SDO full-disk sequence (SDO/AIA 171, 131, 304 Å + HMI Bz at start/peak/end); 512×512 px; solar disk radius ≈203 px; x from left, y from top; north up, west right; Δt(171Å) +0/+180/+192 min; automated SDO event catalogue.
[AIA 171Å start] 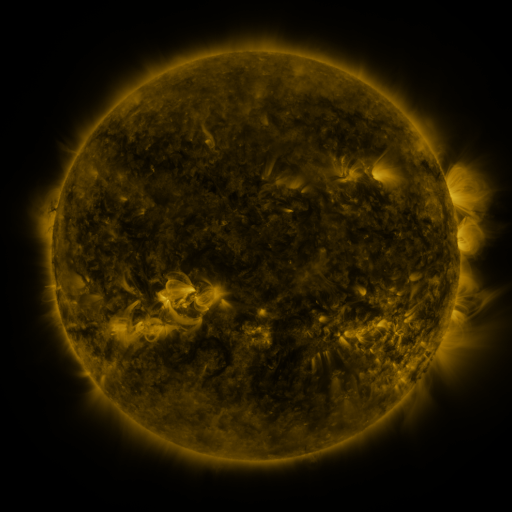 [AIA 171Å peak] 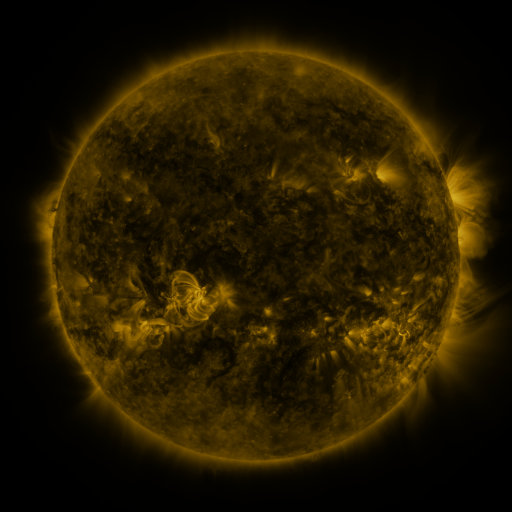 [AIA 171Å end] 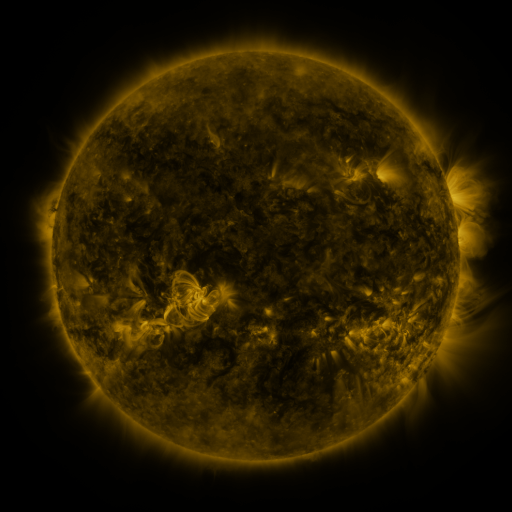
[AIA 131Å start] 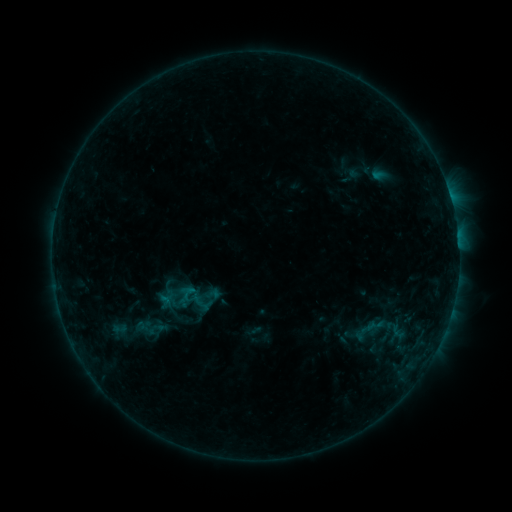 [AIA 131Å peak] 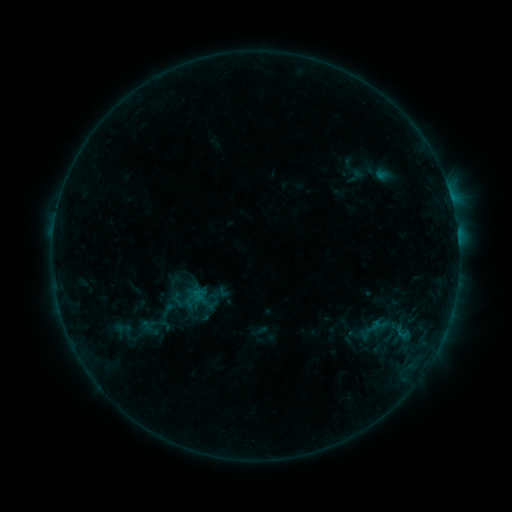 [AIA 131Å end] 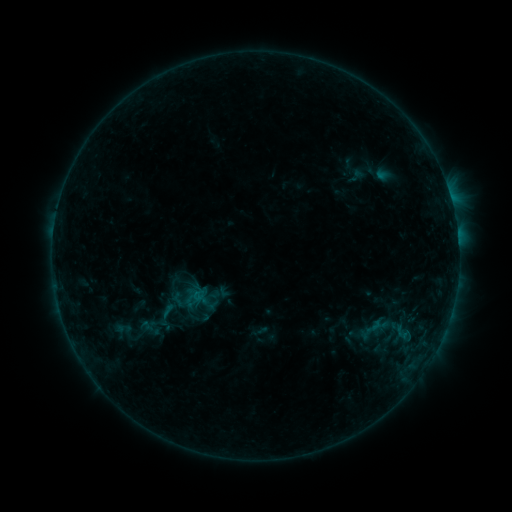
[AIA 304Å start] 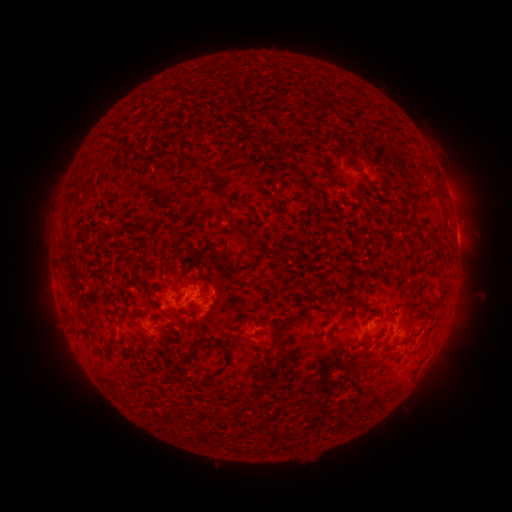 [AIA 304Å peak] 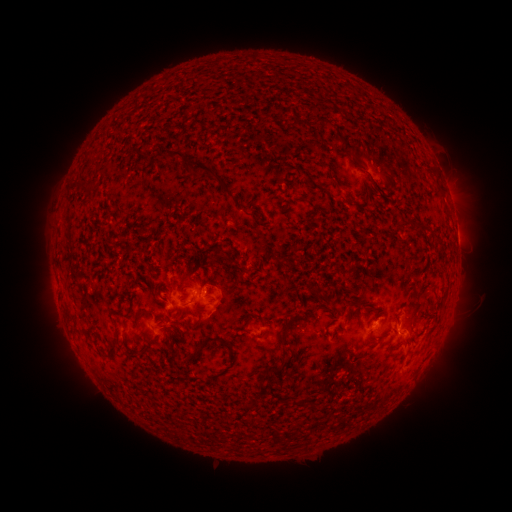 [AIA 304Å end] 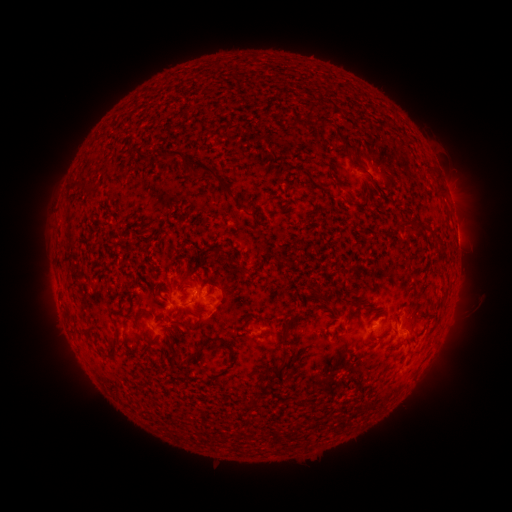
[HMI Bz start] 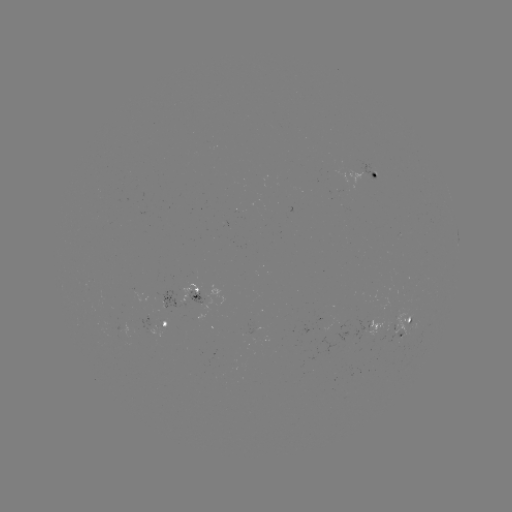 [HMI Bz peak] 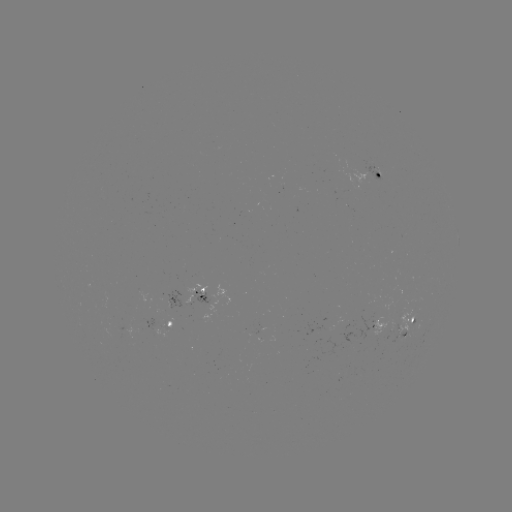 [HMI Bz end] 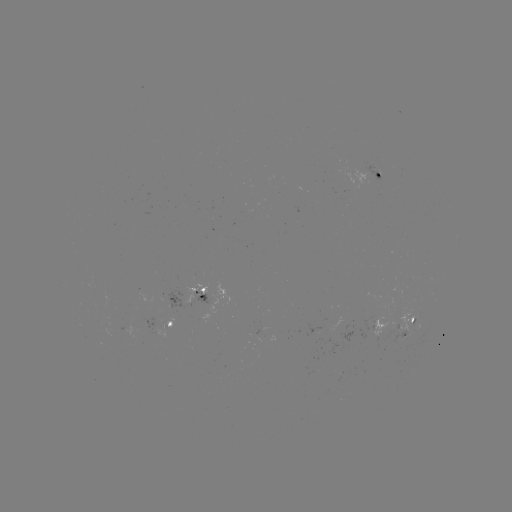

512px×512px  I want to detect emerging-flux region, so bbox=[362, 164, 384, 180].